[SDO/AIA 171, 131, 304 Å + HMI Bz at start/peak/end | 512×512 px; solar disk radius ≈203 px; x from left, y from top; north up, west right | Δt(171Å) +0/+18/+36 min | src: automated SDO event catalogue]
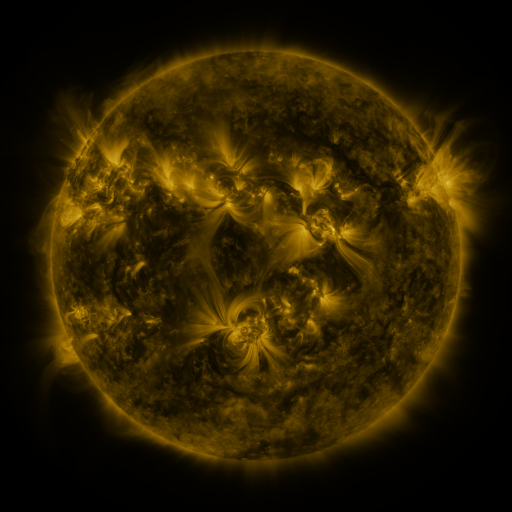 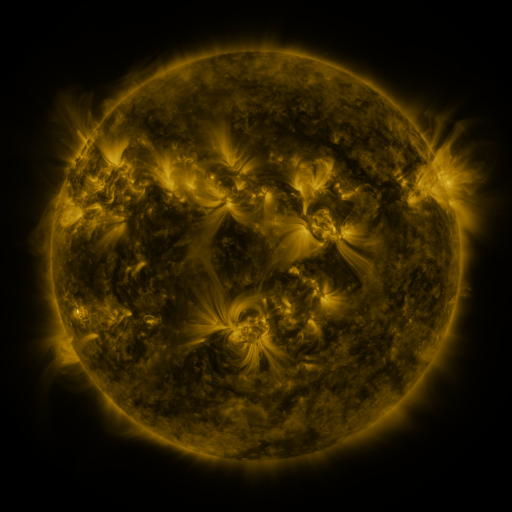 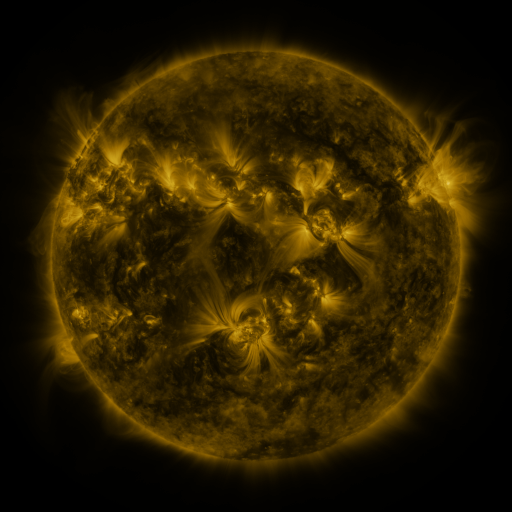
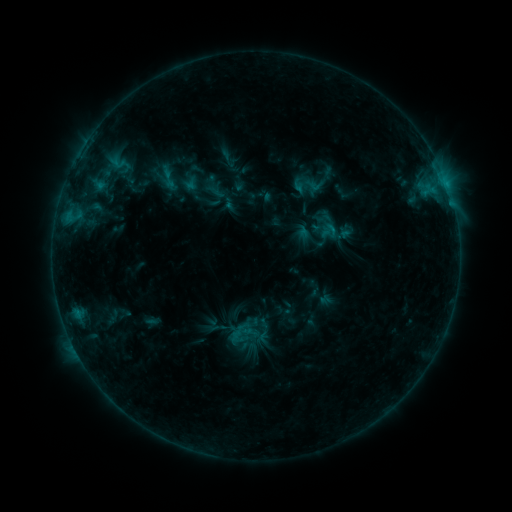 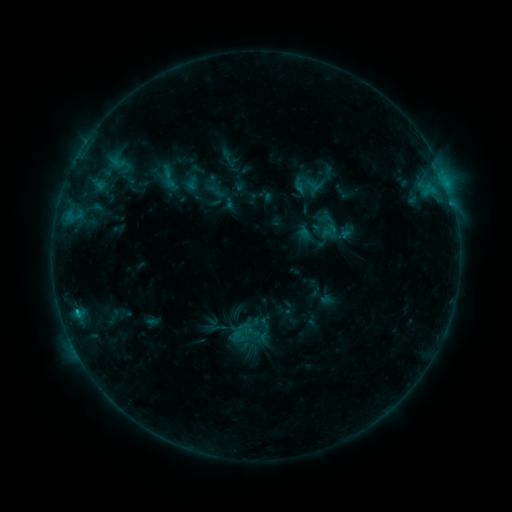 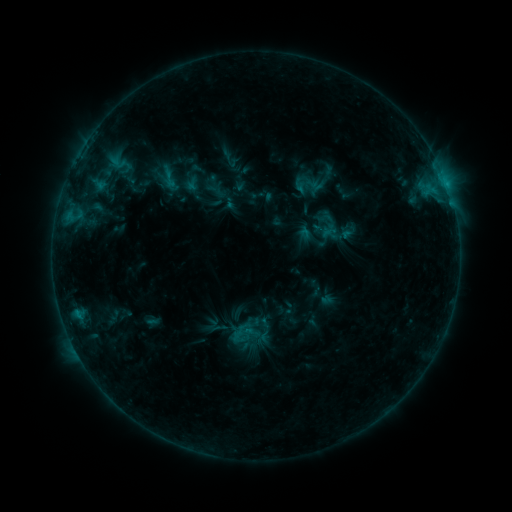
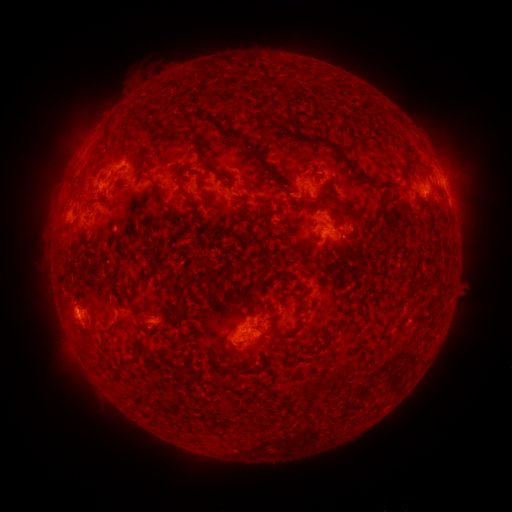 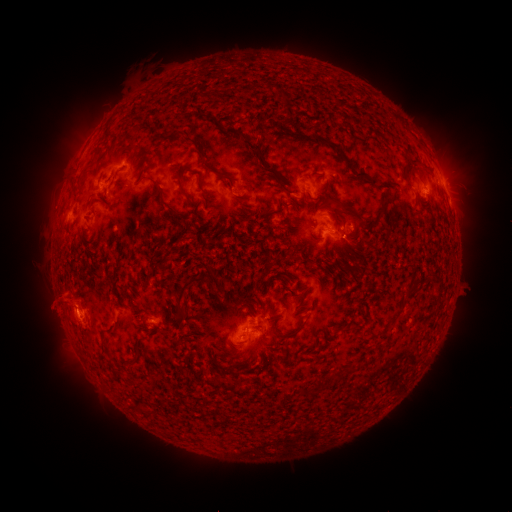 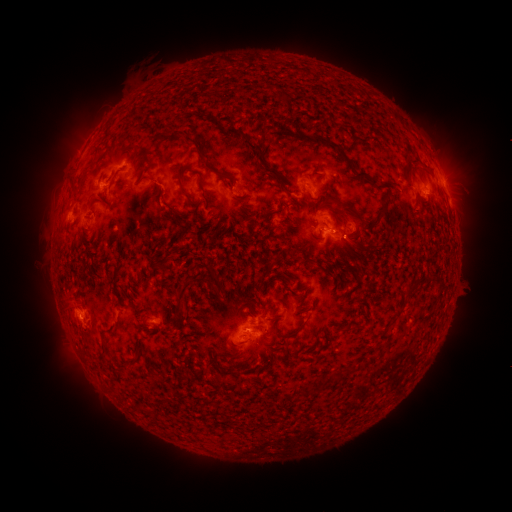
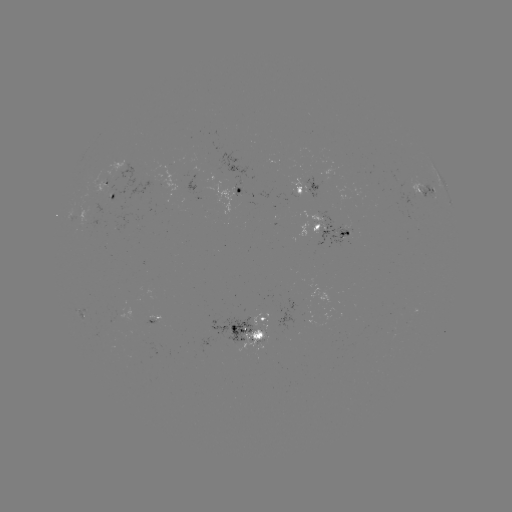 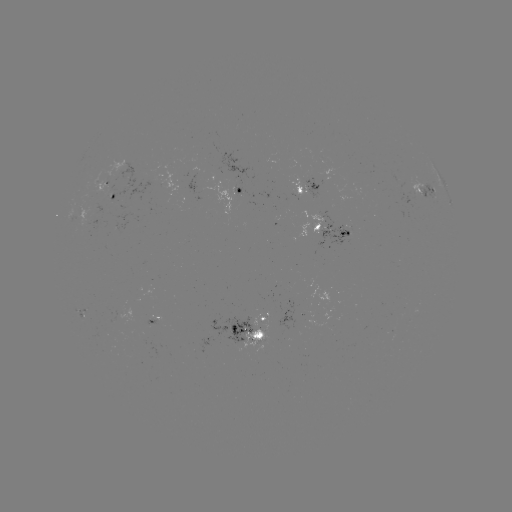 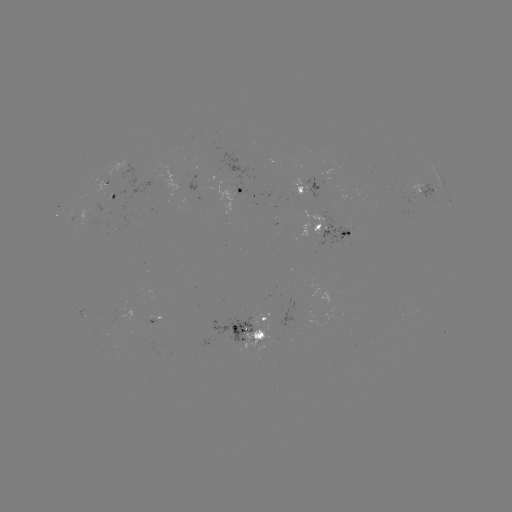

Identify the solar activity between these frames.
eruption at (62, 305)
